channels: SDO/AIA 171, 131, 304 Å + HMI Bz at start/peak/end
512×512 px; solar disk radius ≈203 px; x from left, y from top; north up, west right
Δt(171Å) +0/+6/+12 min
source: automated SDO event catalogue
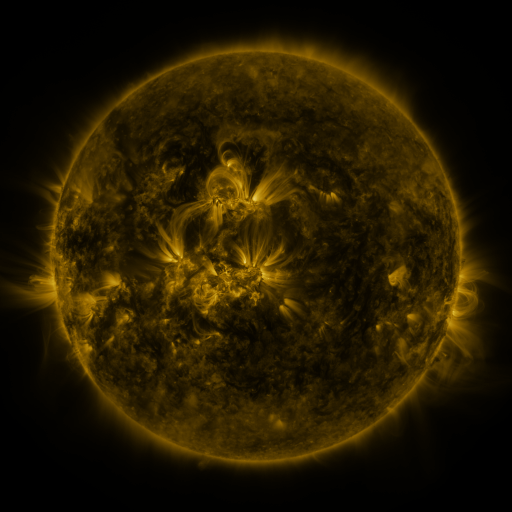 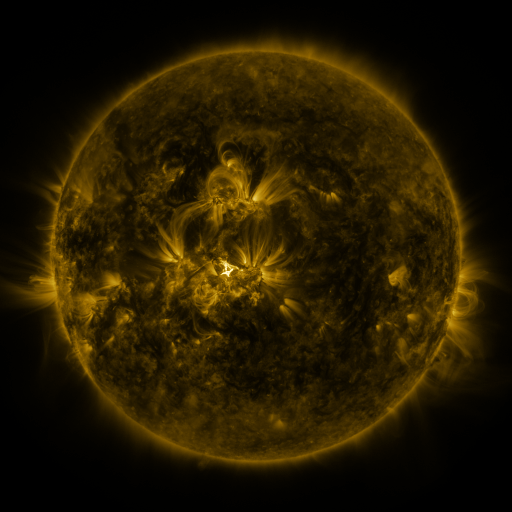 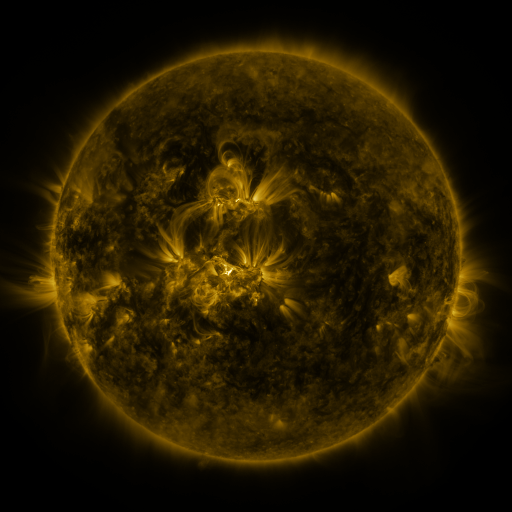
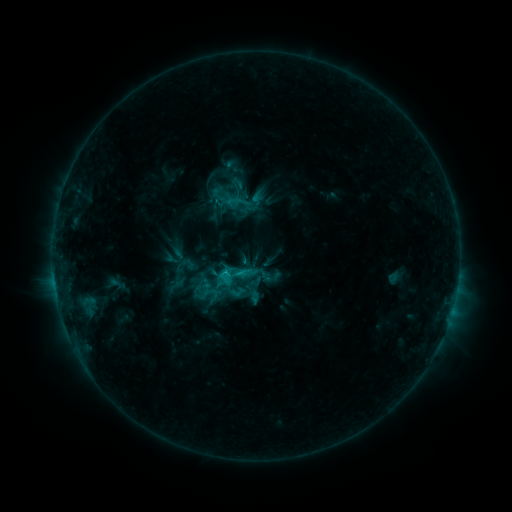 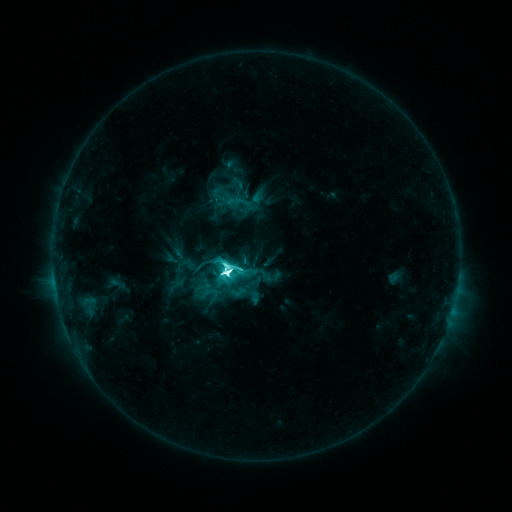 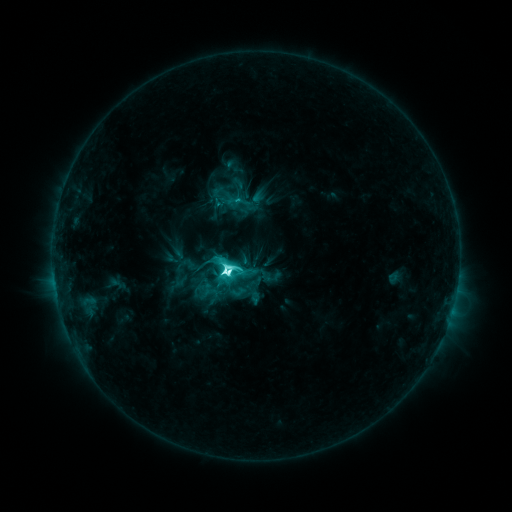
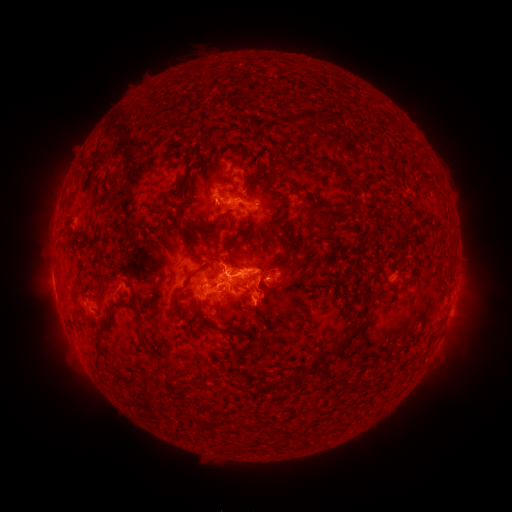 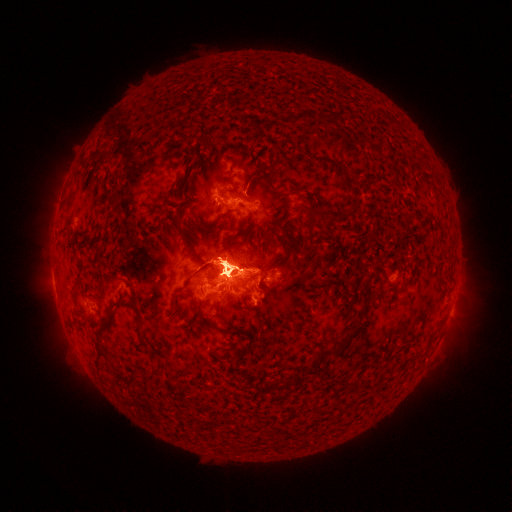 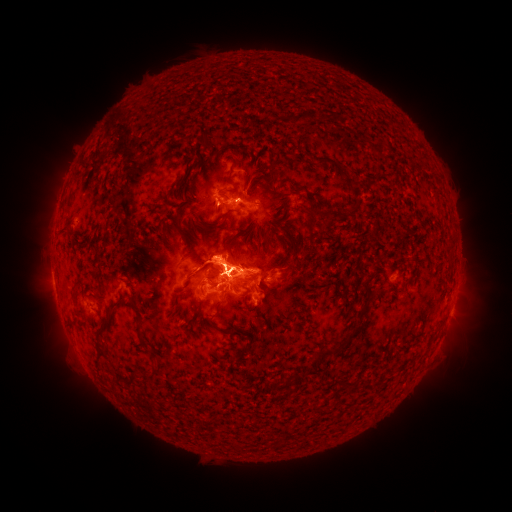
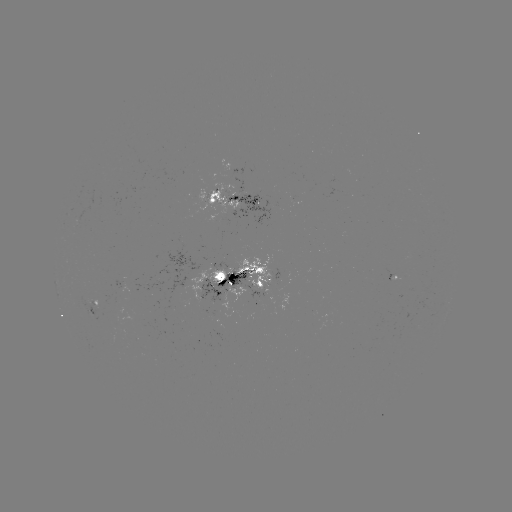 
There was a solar eruption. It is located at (55, 315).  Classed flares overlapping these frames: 1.